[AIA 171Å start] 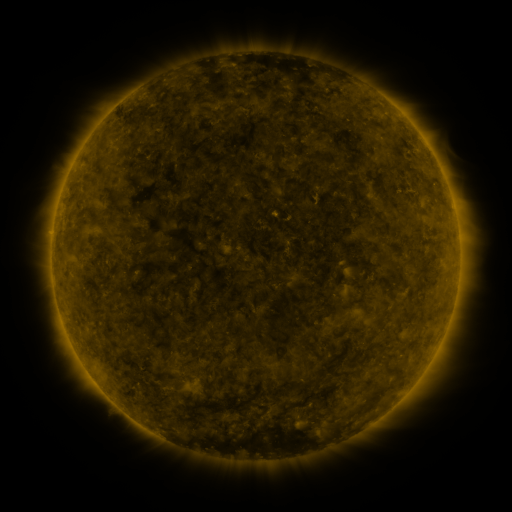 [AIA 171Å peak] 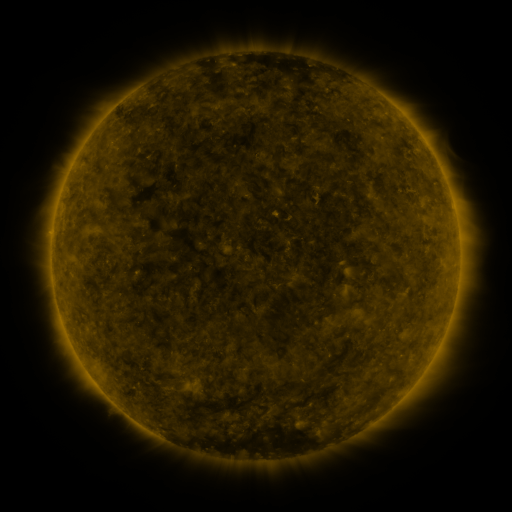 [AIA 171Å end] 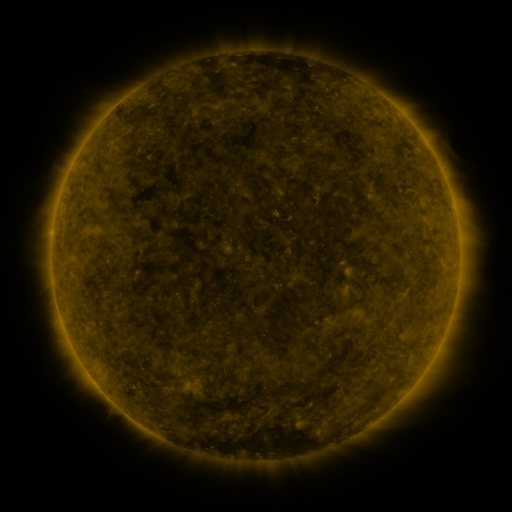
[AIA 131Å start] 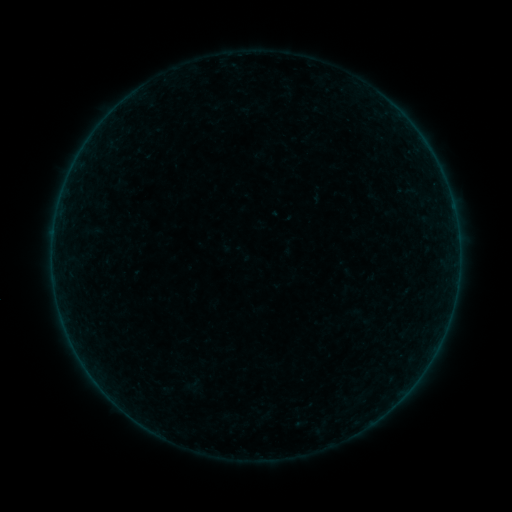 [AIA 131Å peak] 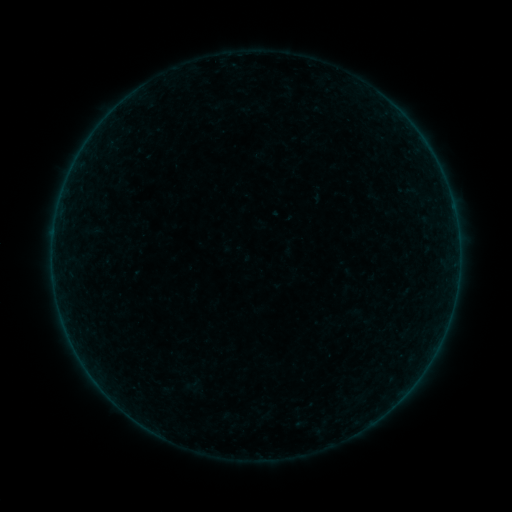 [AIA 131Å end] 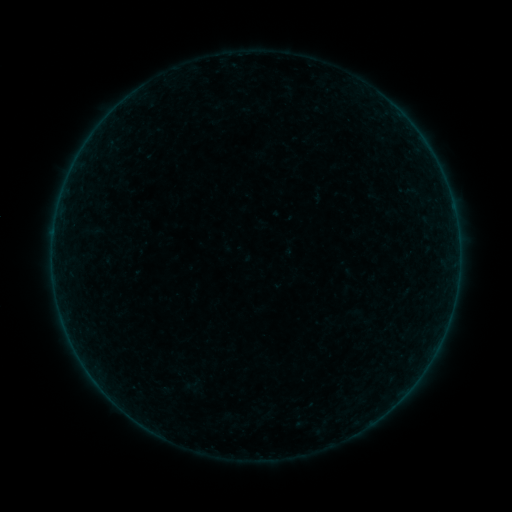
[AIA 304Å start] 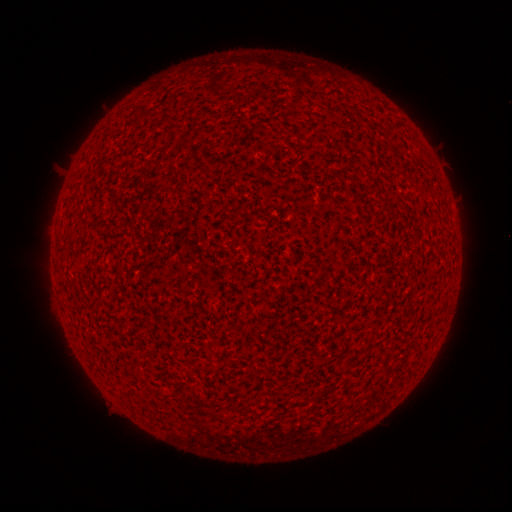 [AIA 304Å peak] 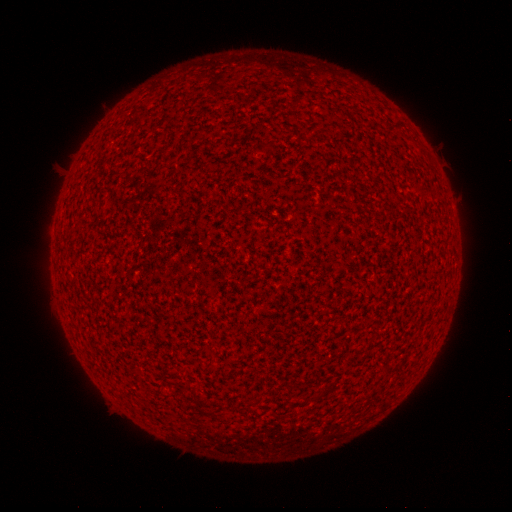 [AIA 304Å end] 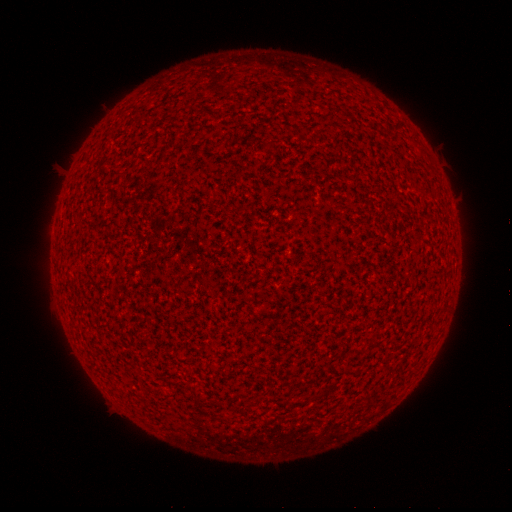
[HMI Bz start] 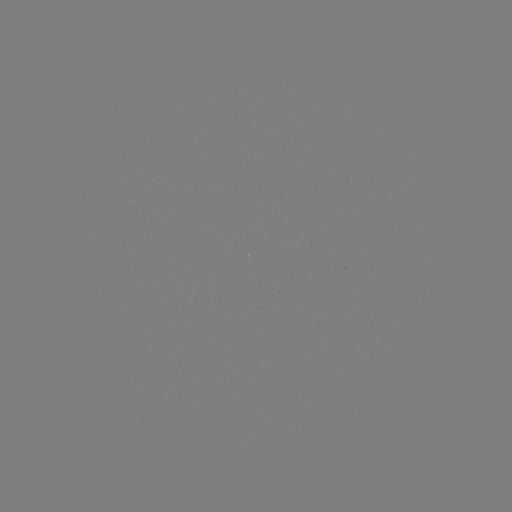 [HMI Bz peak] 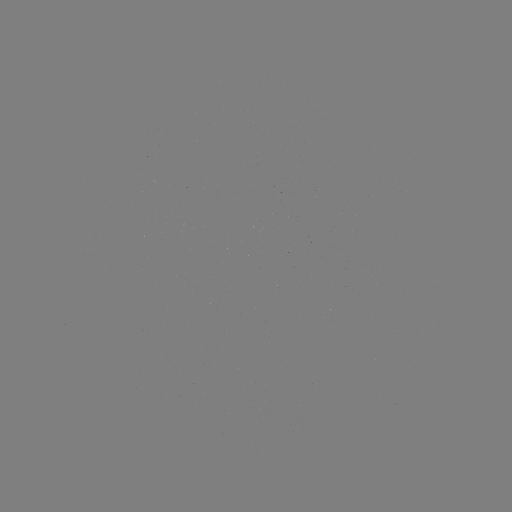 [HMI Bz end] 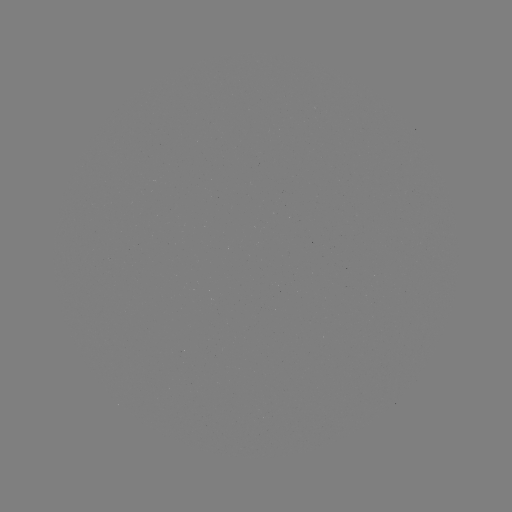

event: flare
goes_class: A2.2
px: (54, 231)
